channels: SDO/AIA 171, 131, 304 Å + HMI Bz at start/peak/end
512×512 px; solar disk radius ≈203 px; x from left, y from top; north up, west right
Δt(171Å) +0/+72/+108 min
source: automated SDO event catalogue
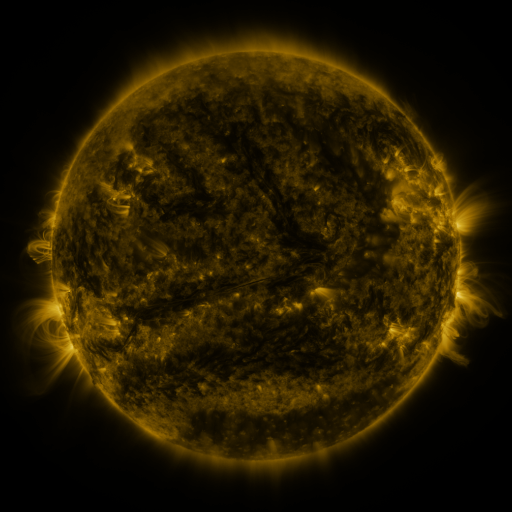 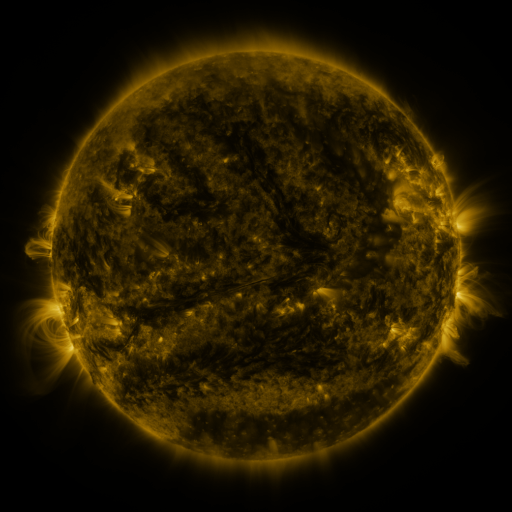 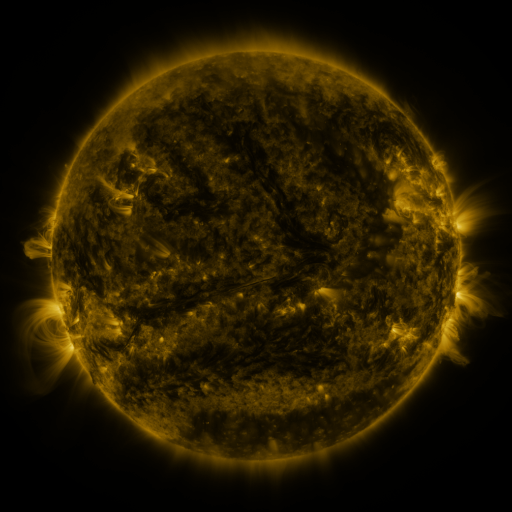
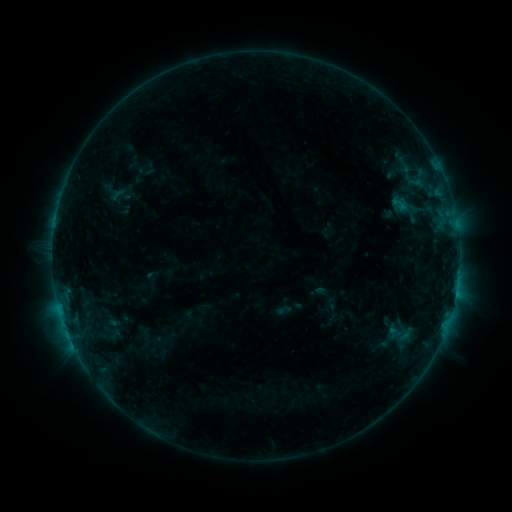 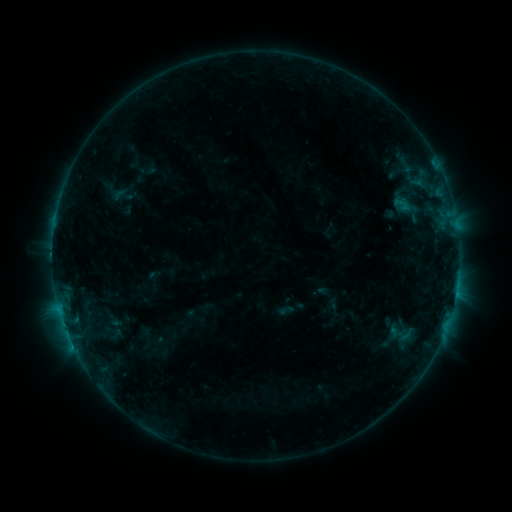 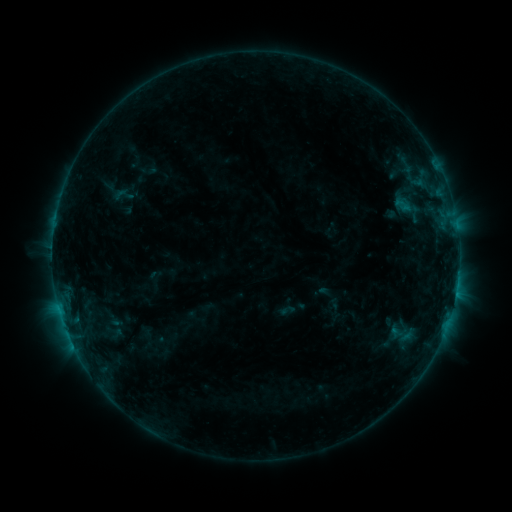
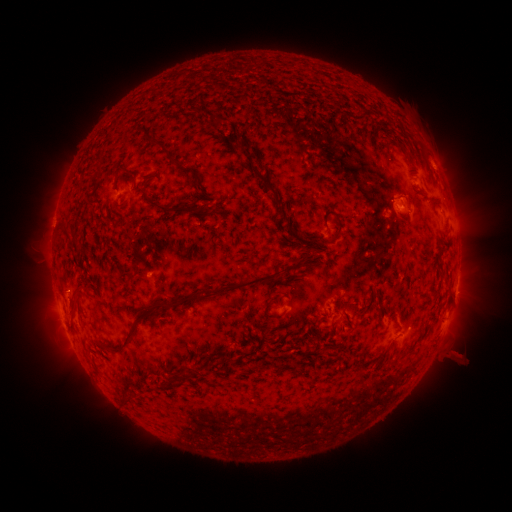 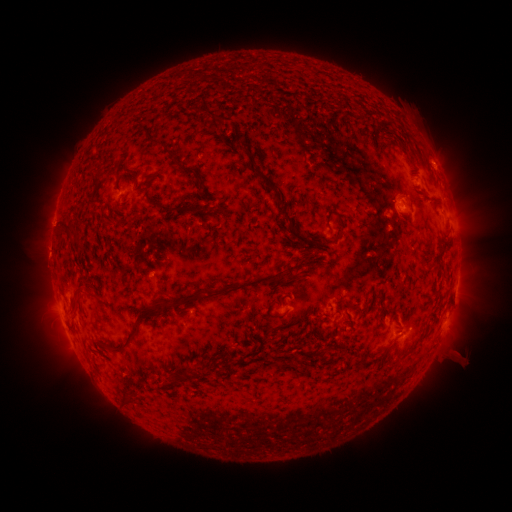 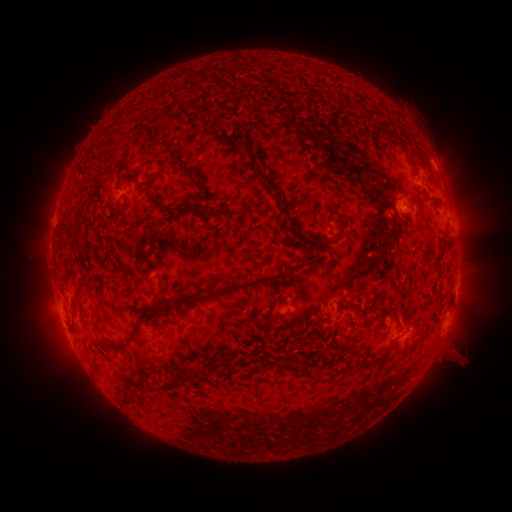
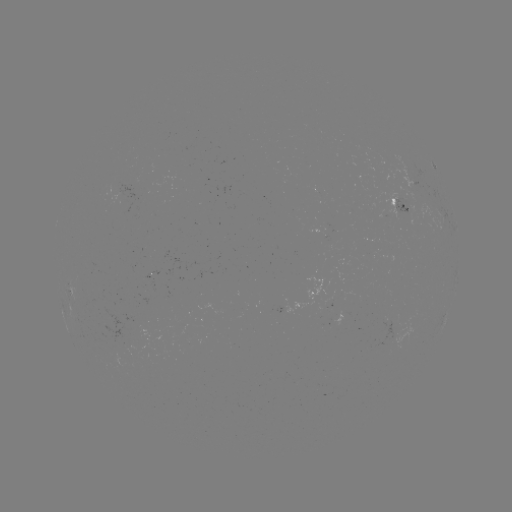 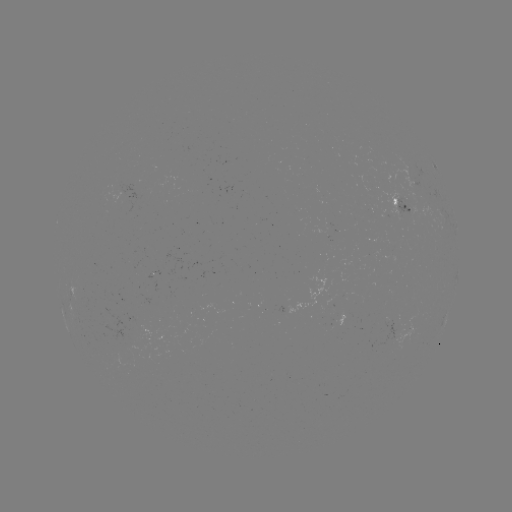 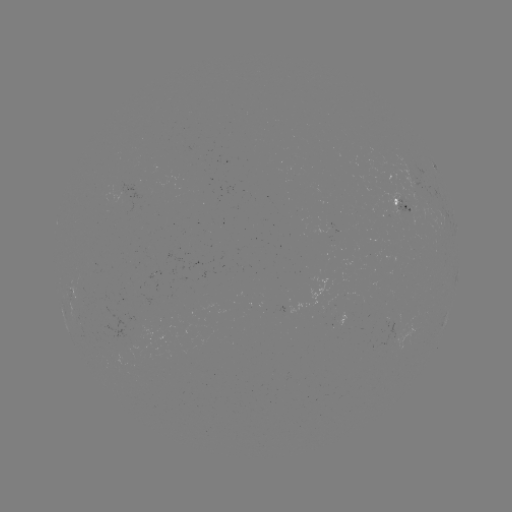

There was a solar emerging-flux region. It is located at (154, 279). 